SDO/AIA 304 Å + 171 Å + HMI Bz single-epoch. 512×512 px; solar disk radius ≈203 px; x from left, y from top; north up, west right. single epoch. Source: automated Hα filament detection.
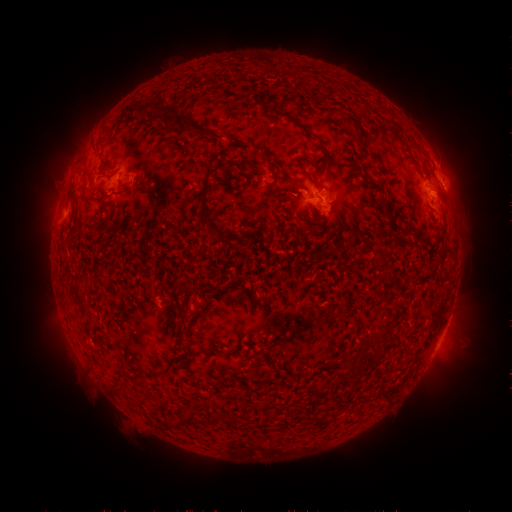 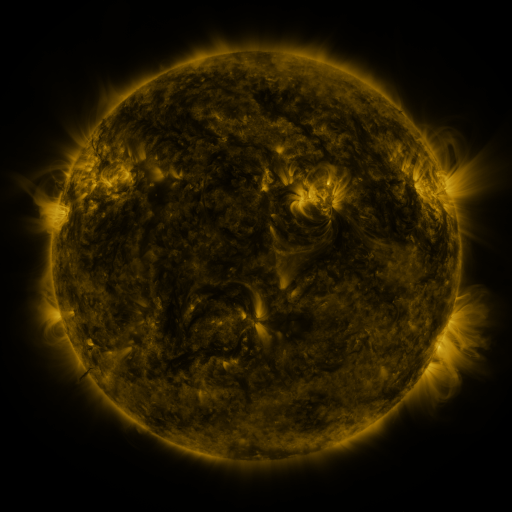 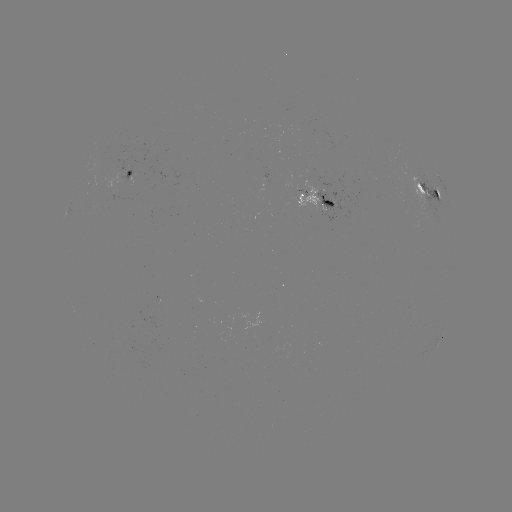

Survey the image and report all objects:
filament: (132, 108)
filament: (144, 108)
filament: (157, 116)
filament: (293, 120)
filament: (180, 121)
filament: (421, 190)
filament: (437, 195)
filament: (203, 198)
filament: (329, 204)
filament: (387, 214)
filament: (302, 230)
